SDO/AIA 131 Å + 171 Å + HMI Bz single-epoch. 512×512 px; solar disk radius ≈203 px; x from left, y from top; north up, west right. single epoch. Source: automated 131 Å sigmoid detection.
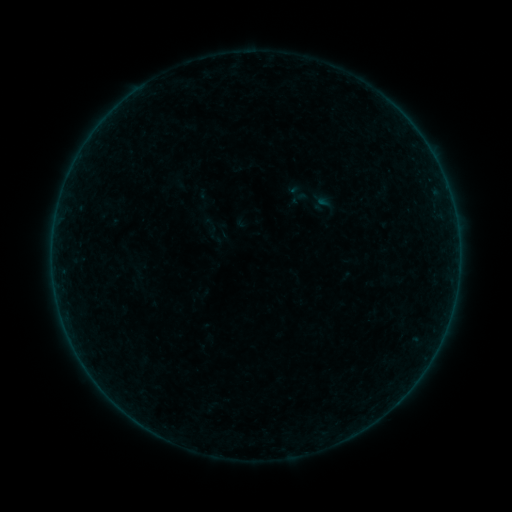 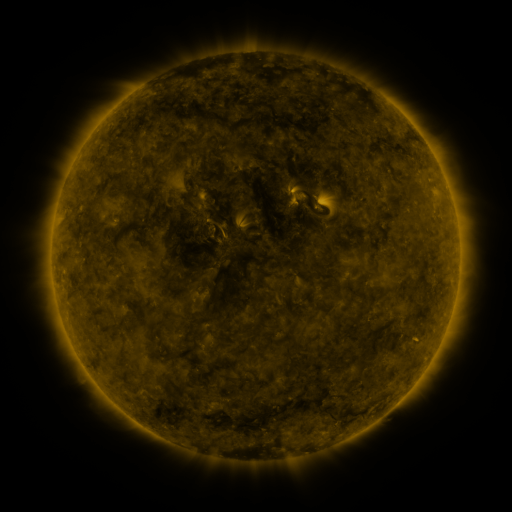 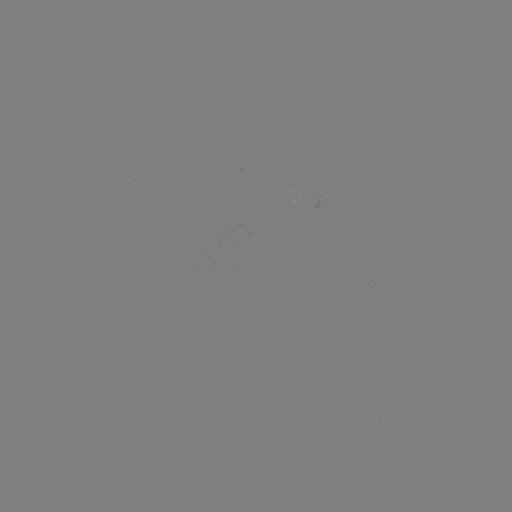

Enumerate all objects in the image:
sigmoid: (284, 184, 305, 202)
